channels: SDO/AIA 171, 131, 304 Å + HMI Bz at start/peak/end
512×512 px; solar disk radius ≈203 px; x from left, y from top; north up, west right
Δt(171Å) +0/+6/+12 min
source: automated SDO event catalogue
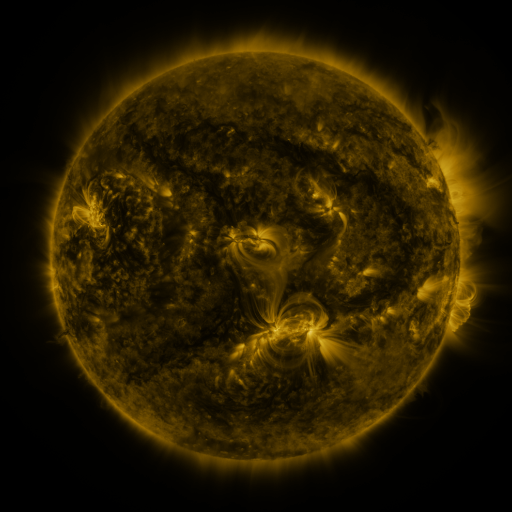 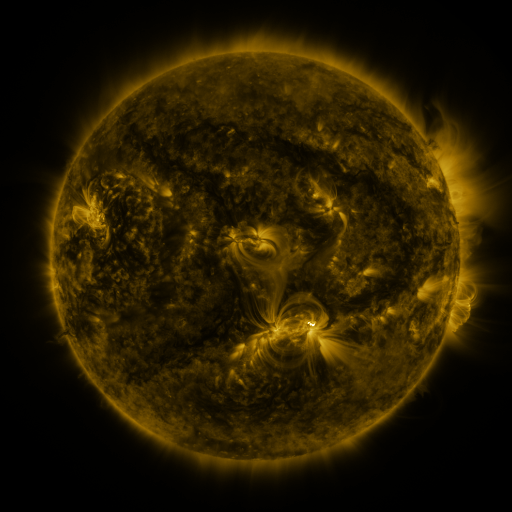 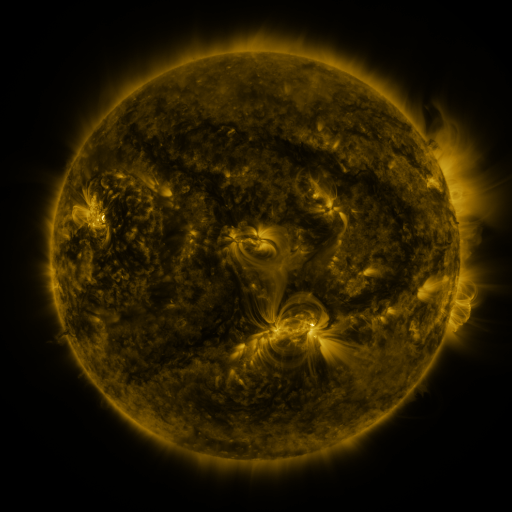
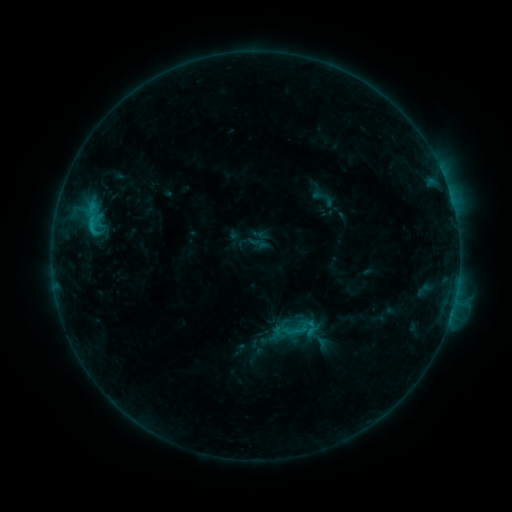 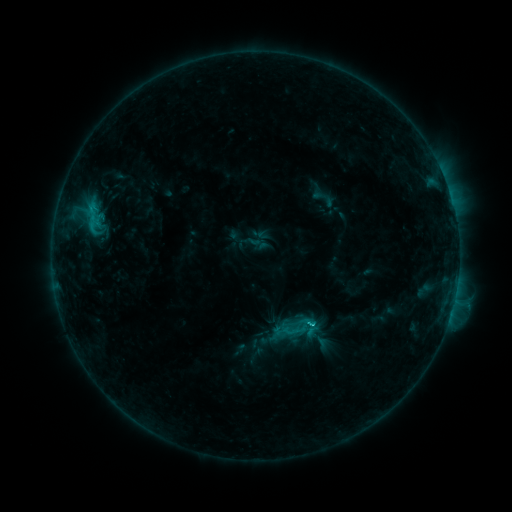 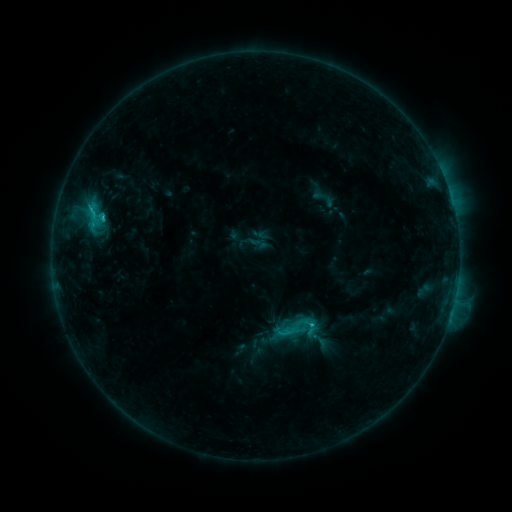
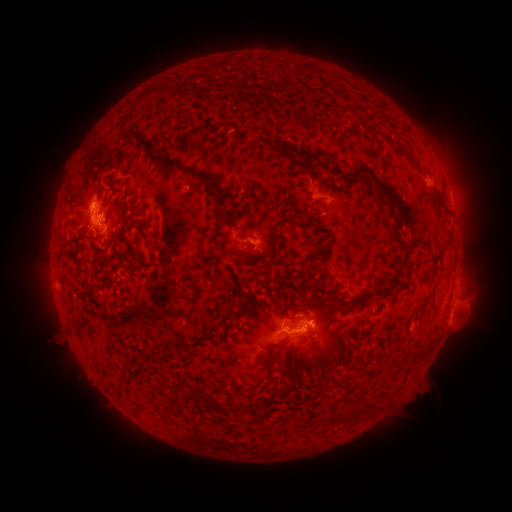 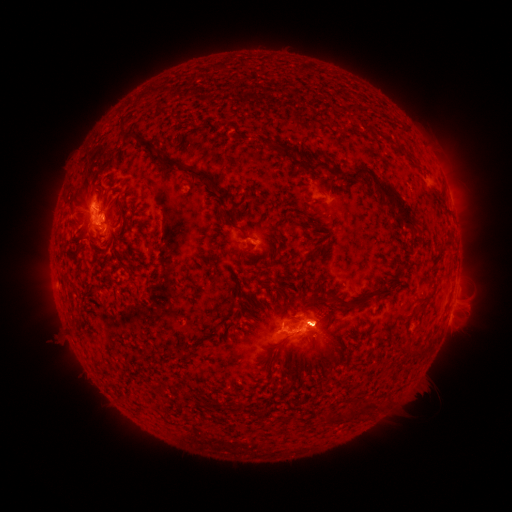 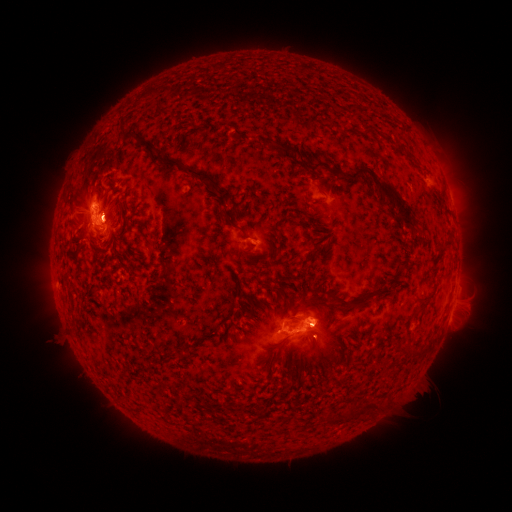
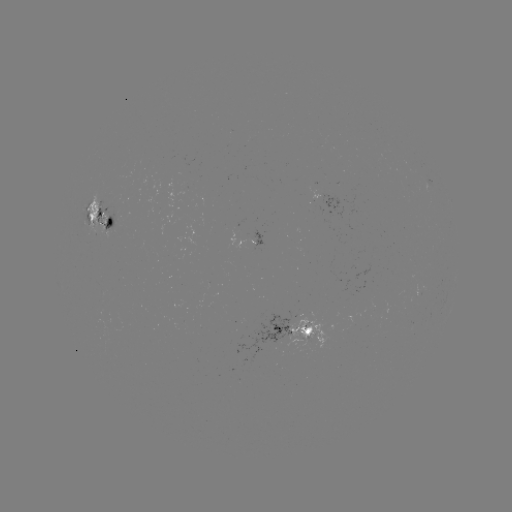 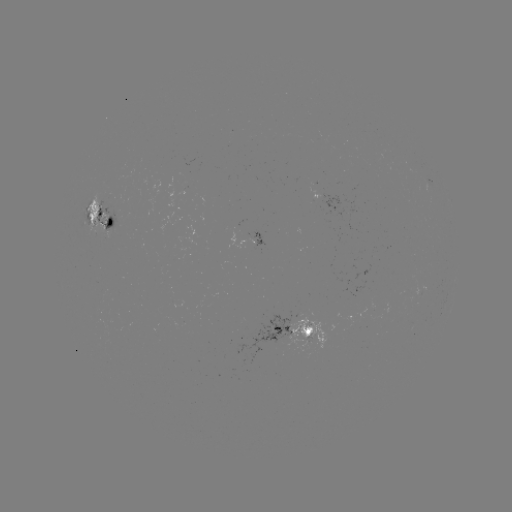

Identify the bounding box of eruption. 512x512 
[285, 282, 346, 375].